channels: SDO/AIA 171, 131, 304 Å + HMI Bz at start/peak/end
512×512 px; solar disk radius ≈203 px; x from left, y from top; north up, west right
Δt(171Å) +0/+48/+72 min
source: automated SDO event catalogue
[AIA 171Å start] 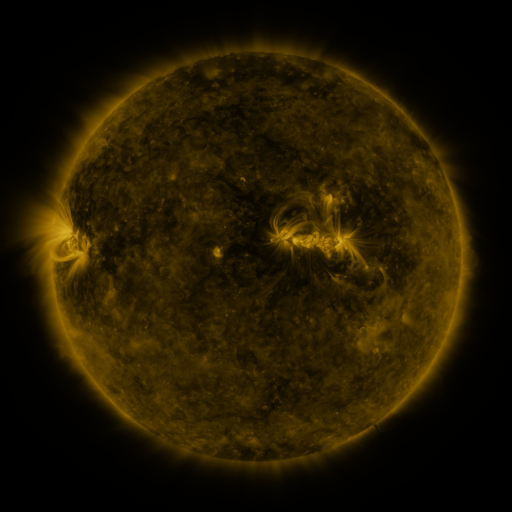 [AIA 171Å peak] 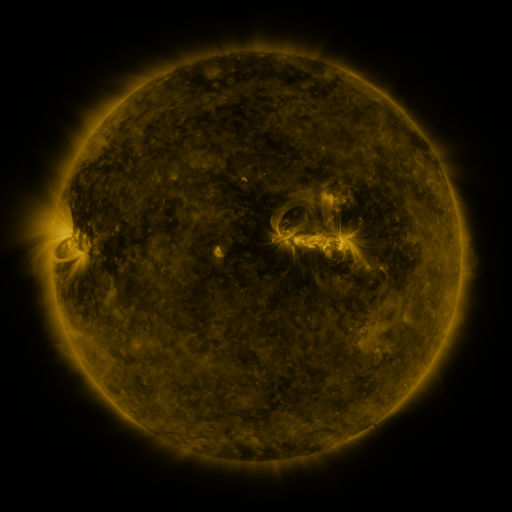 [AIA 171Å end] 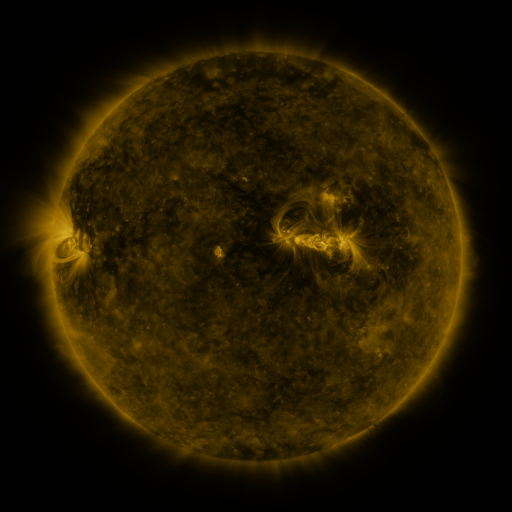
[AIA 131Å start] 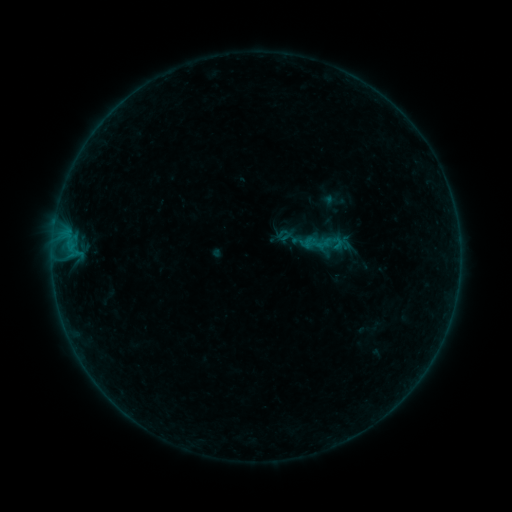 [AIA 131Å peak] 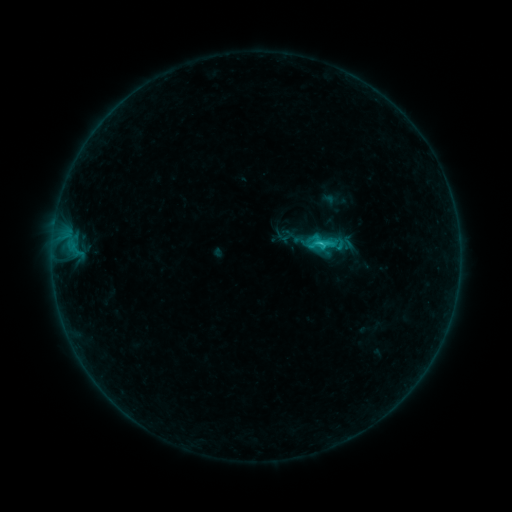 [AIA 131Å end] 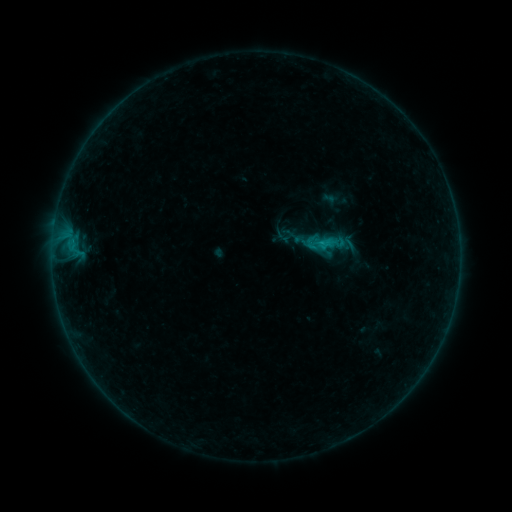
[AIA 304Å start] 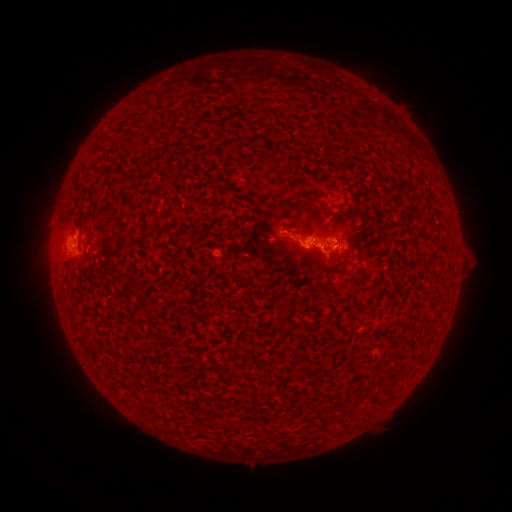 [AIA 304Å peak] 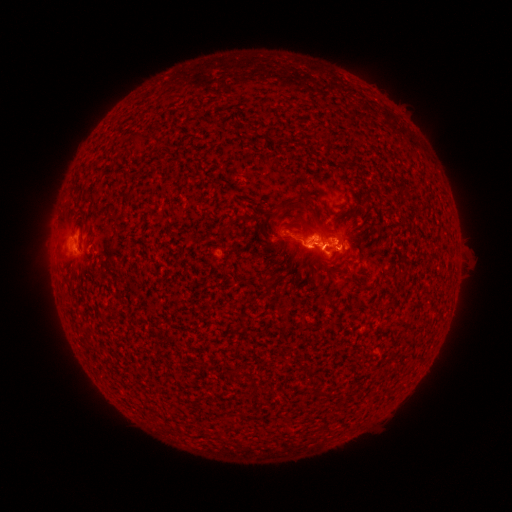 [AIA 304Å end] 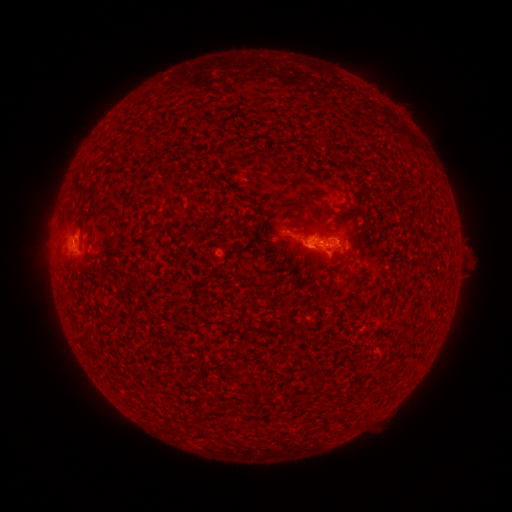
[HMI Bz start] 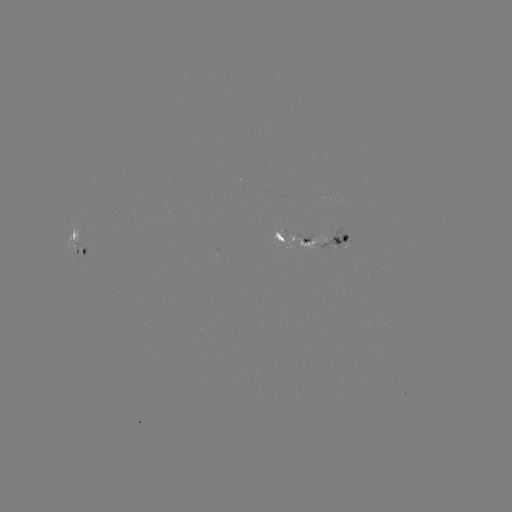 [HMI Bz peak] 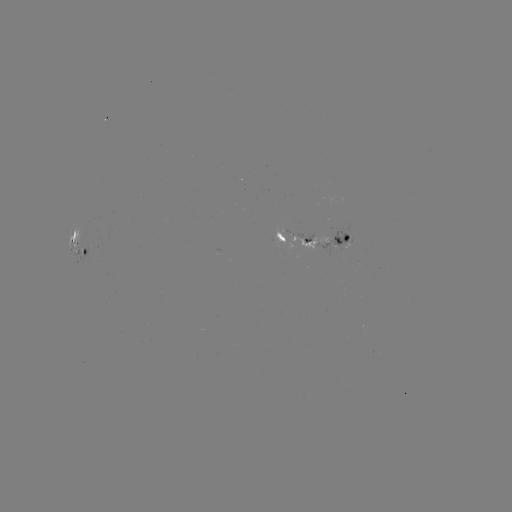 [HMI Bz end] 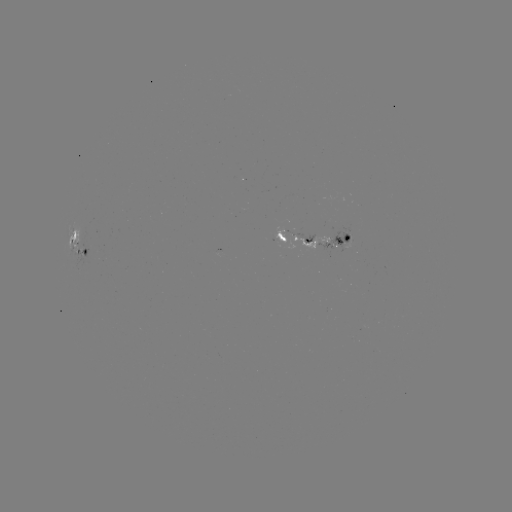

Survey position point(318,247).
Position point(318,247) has C1.5 flare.